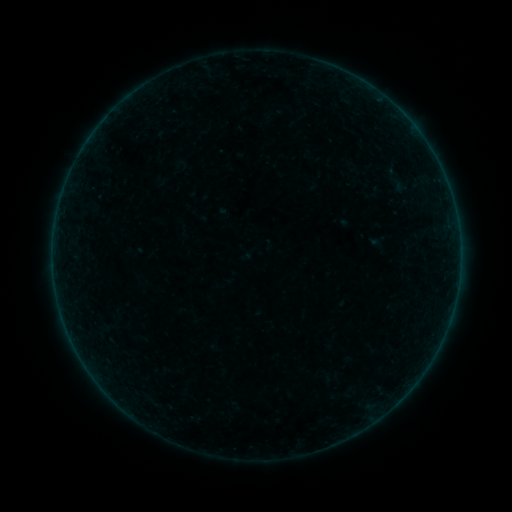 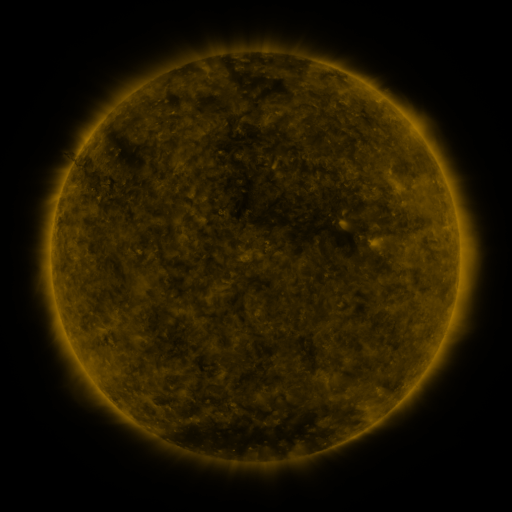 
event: sigmoid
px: (398, 179)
